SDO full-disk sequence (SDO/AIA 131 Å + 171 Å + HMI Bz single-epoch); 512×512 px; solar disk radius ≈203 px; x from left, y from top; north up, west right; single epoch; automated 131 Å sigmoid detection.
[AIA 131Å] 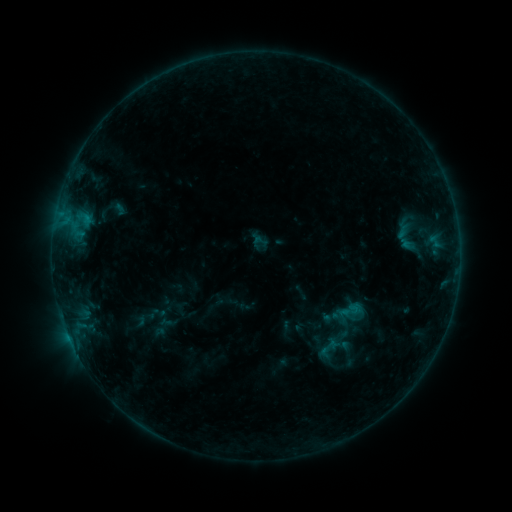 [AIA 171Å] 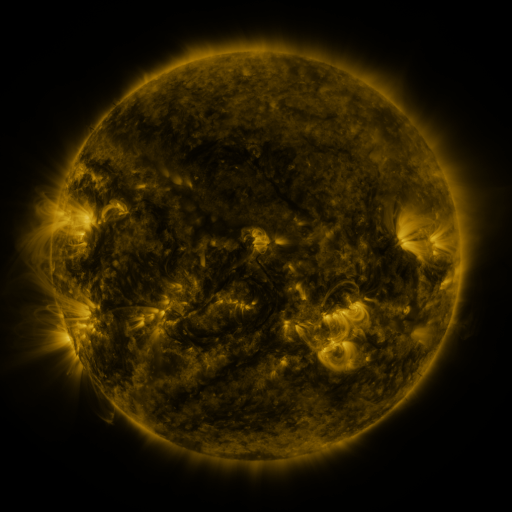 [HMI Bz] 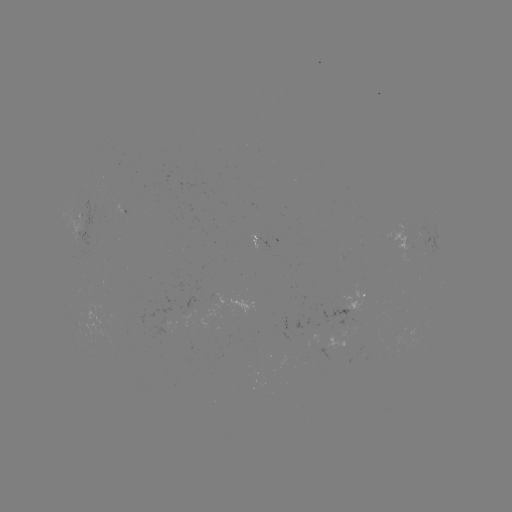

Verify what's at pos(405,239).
sigmoid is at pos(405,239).